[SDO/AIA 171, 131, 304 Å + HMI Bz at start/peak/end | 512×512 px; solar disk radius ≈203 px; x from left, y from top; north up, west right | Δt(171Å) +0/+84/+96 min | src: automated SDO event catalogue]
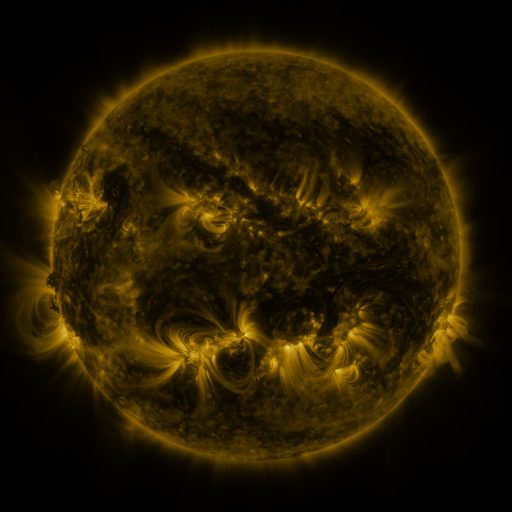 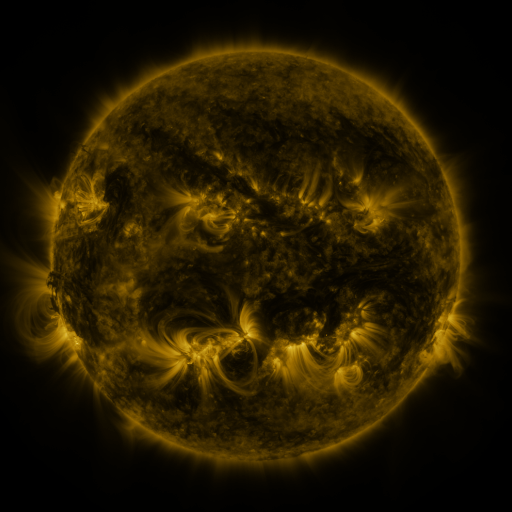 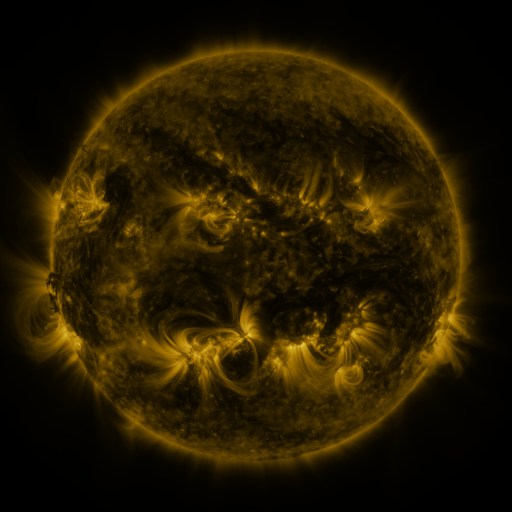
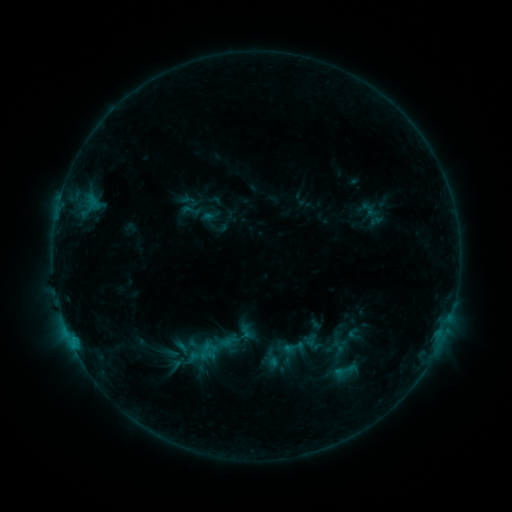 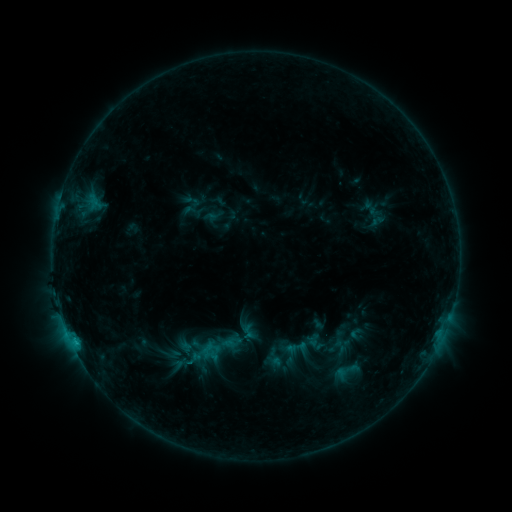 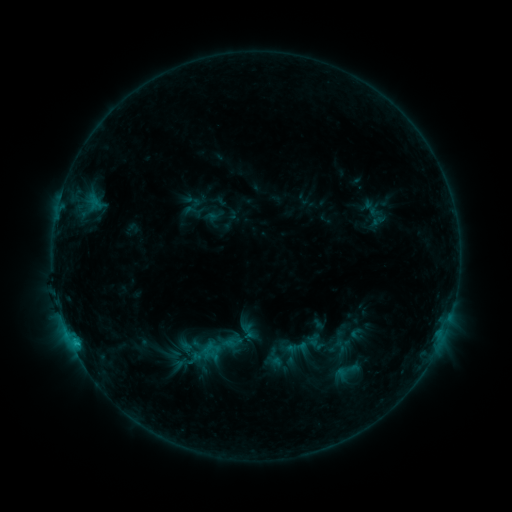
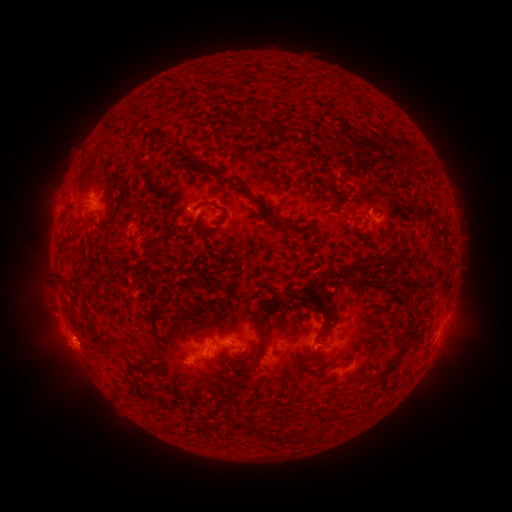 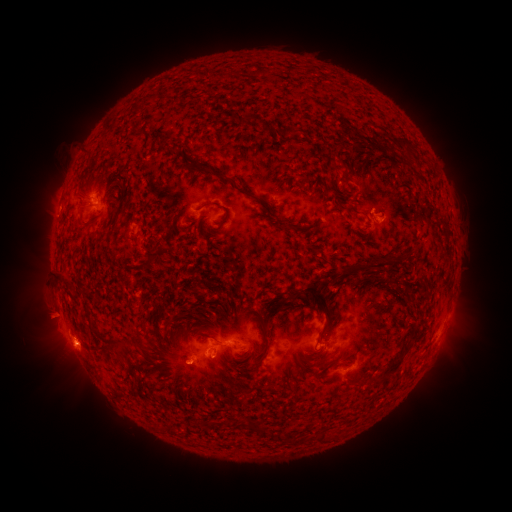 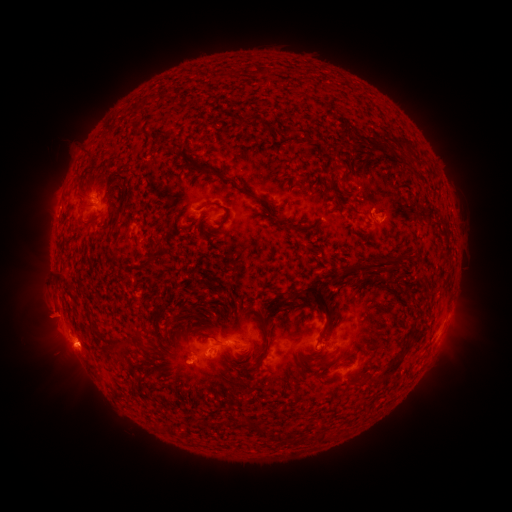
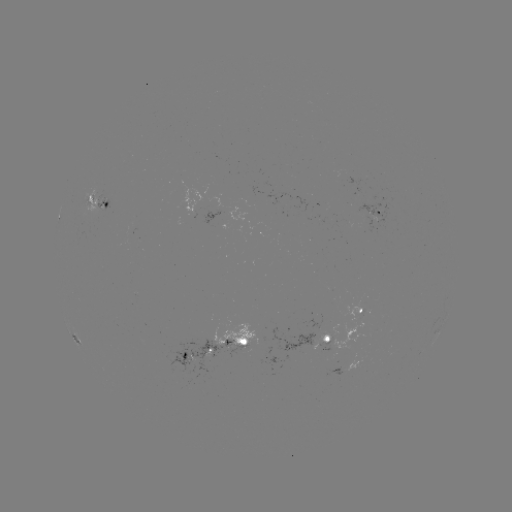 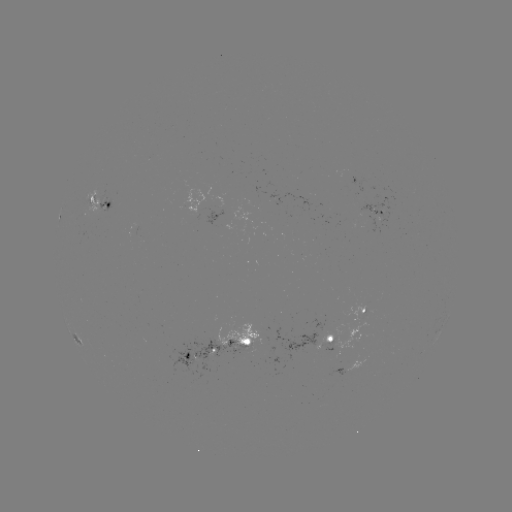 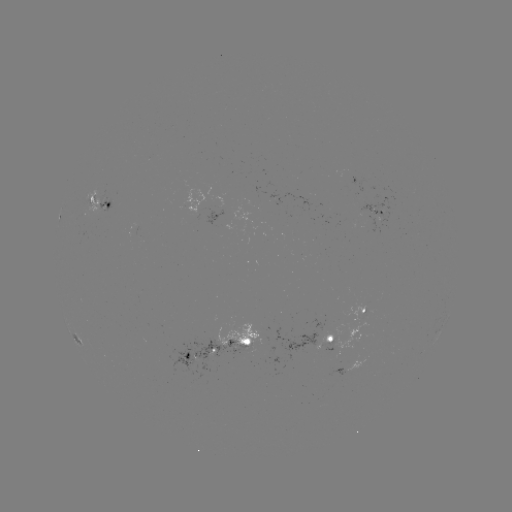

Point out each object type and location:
emerging-flux region: (104, 205)
